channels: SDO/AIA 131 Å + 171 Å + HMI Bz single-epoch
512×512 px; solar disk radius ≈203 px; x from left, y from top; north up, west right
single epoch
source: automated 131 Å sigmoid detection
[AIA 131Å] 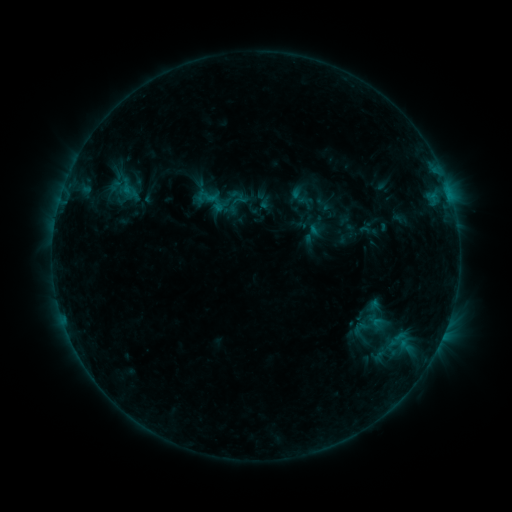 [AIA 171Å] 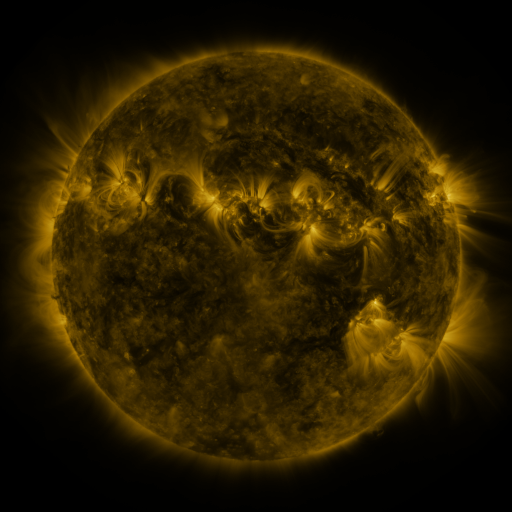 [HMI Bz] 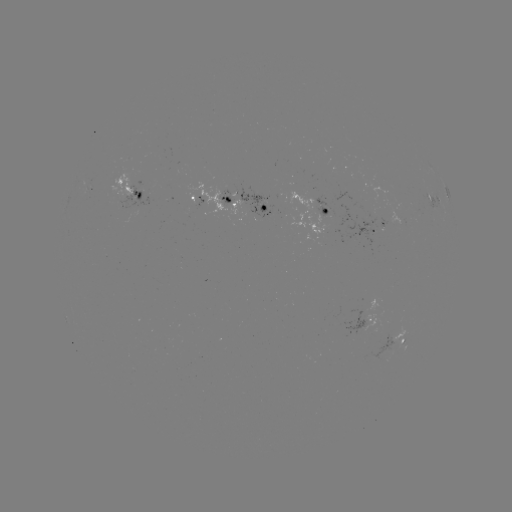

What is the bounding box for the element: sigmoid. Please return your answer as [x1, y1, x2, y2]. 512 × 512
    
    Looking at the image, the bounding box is [194, 190, 208, 204].